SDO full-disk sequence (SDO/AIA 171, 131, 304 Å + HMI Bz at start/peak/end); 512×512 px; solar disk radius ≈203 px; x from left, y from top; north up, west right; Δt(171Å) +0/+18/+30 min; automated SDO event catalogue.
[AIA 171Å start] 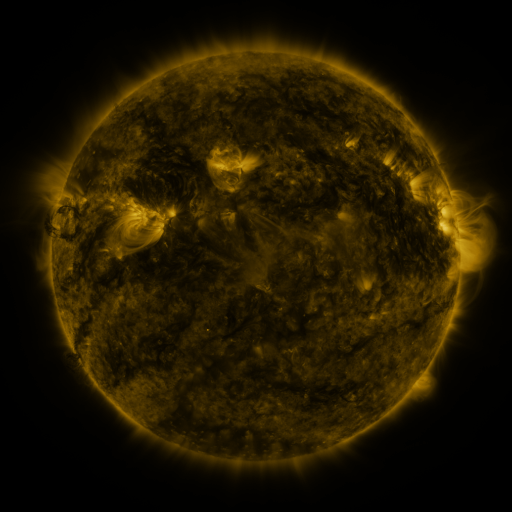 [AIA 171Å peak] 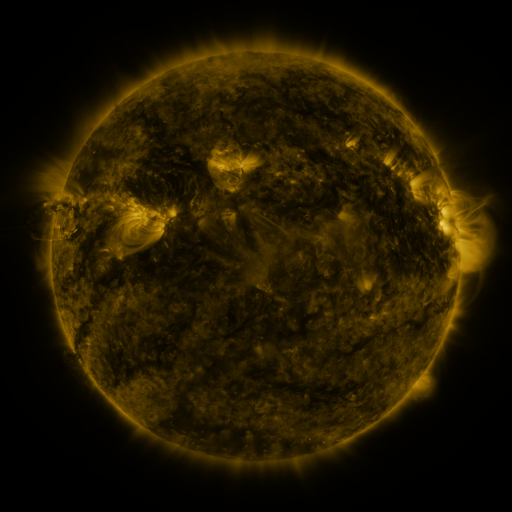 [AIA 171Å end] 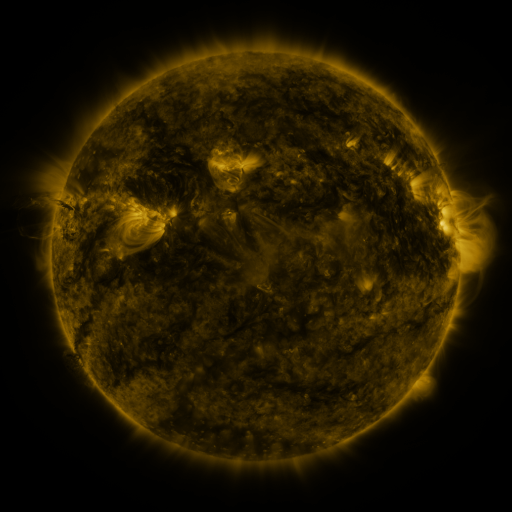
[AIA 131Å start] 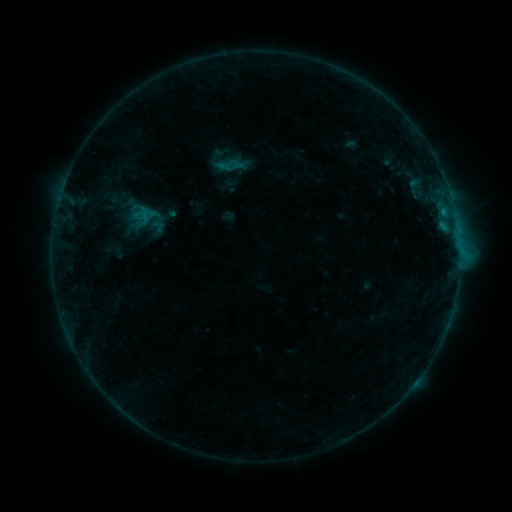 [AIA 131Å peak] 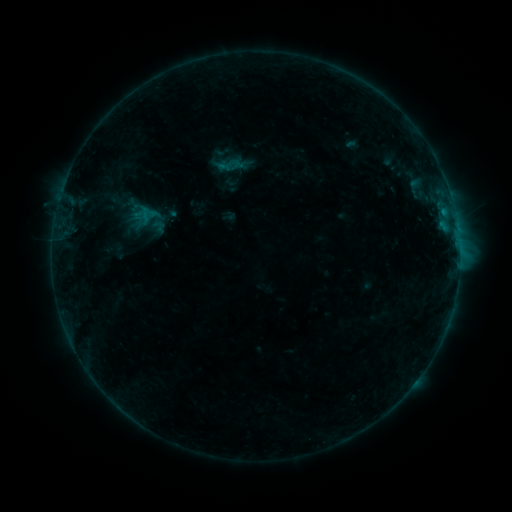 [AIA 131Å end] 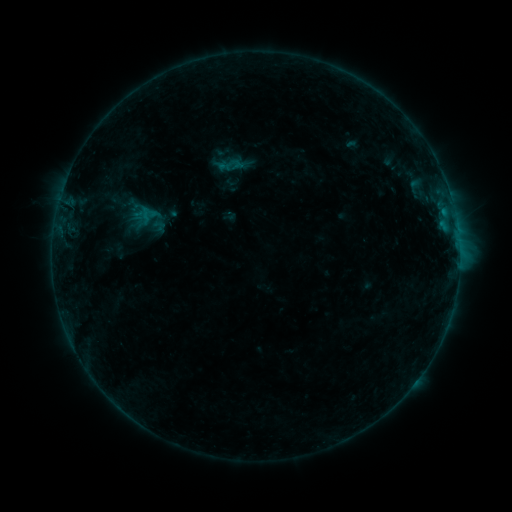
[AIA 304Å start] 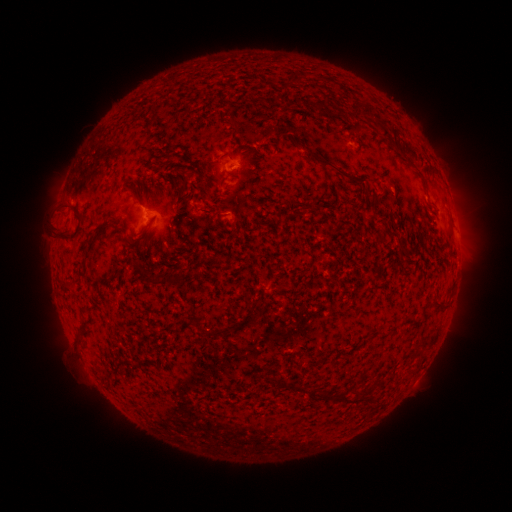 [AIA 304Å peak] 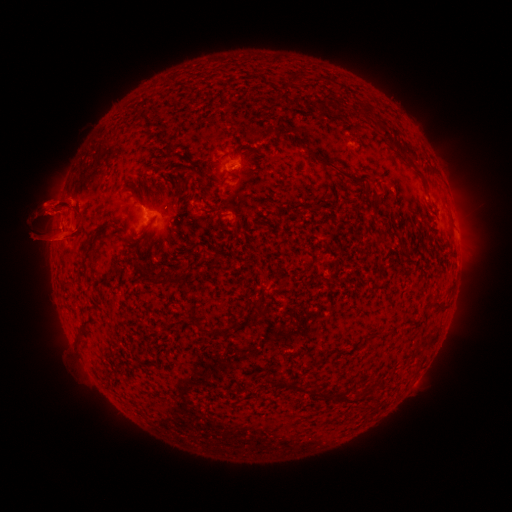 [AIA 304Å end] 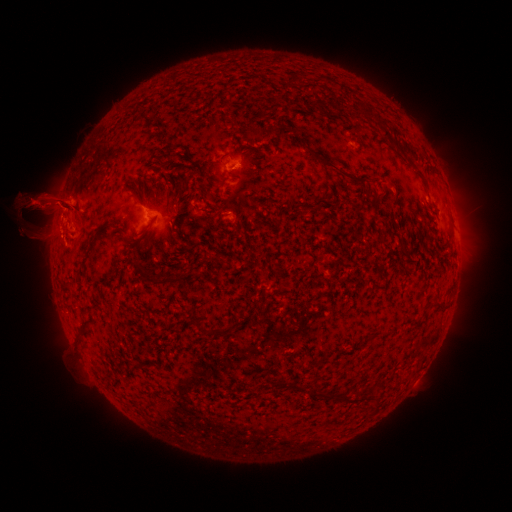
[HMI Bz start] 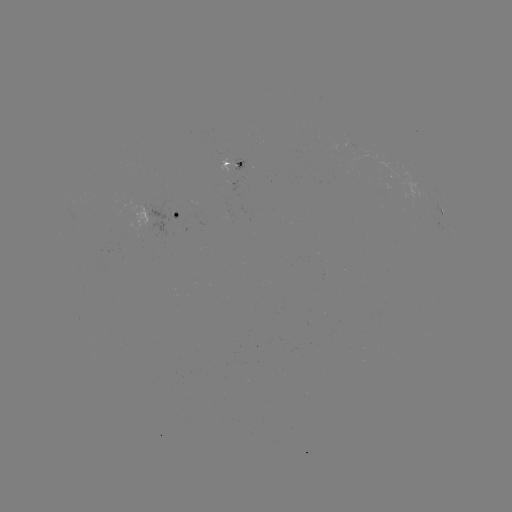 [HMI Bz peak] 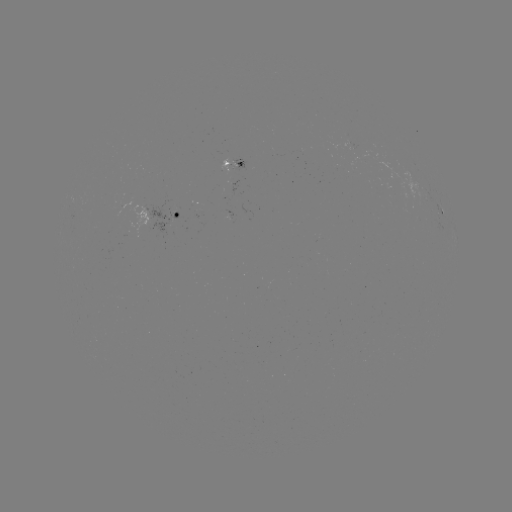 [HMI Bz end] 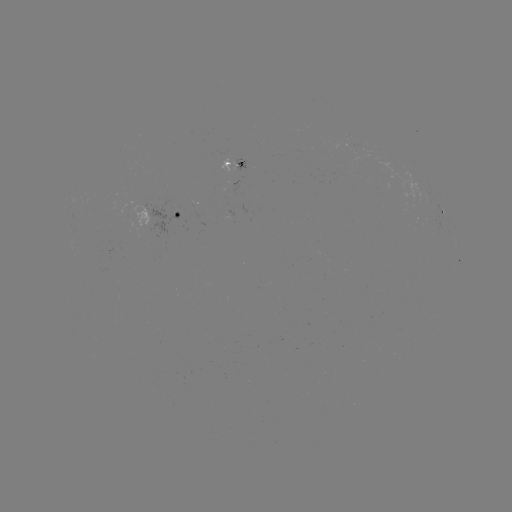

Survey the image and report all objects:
eruption: (54, 215)
